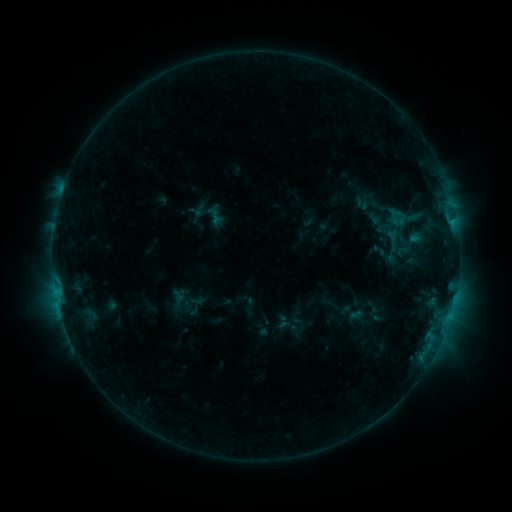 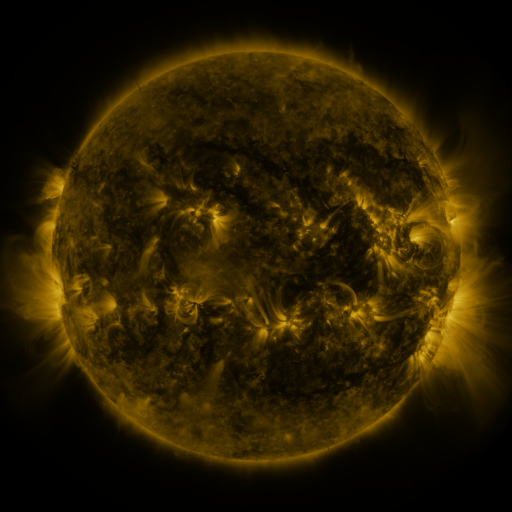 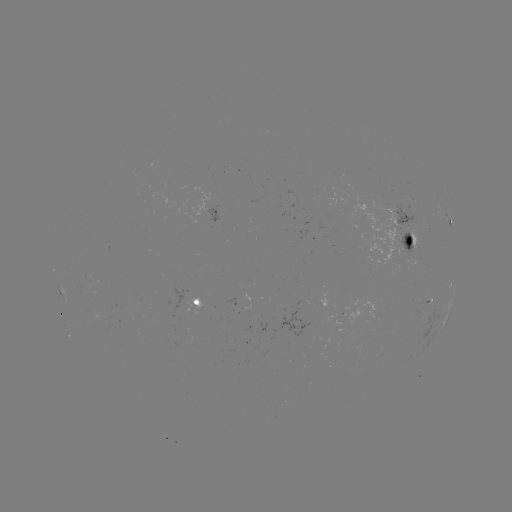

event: sigmoid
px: (400, 217)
